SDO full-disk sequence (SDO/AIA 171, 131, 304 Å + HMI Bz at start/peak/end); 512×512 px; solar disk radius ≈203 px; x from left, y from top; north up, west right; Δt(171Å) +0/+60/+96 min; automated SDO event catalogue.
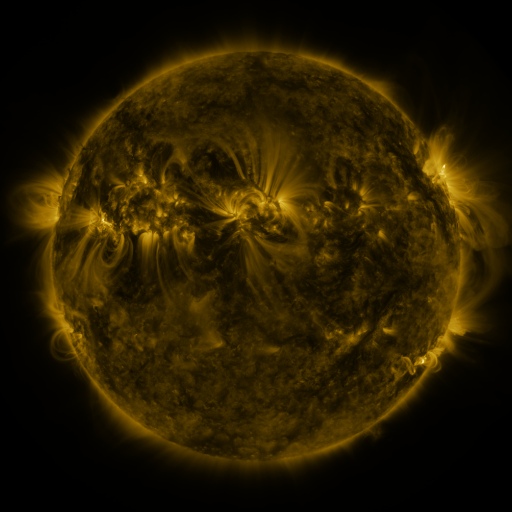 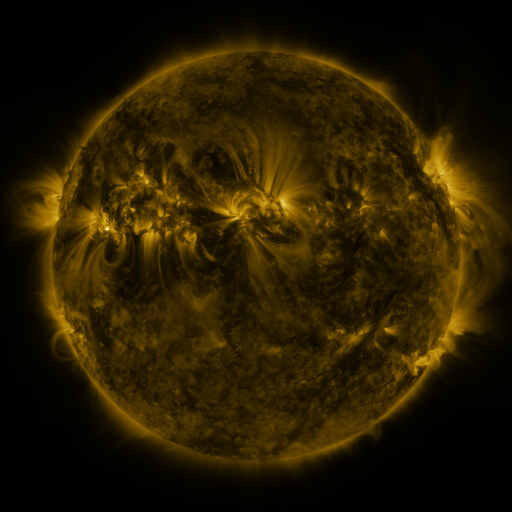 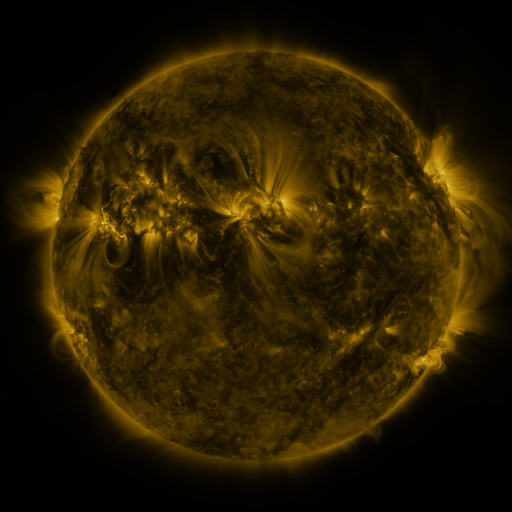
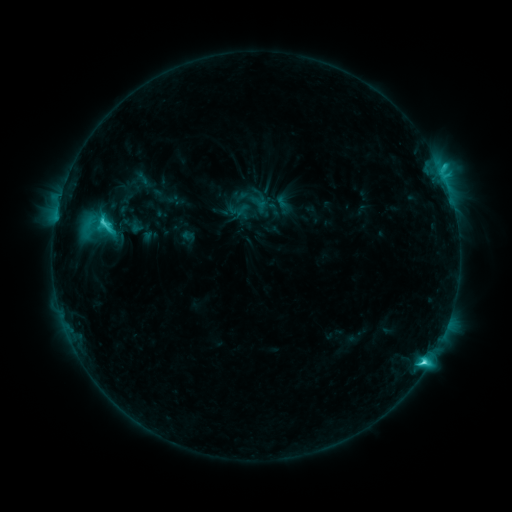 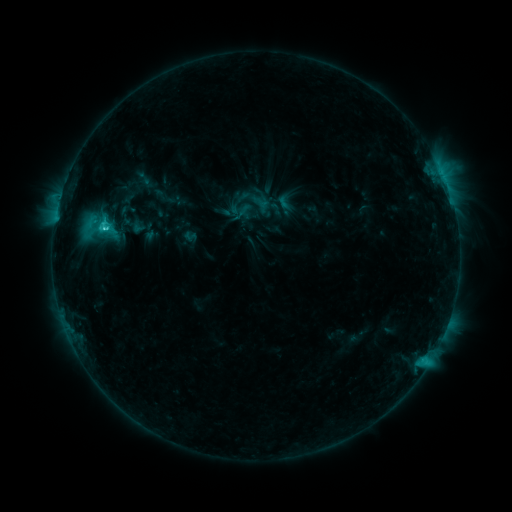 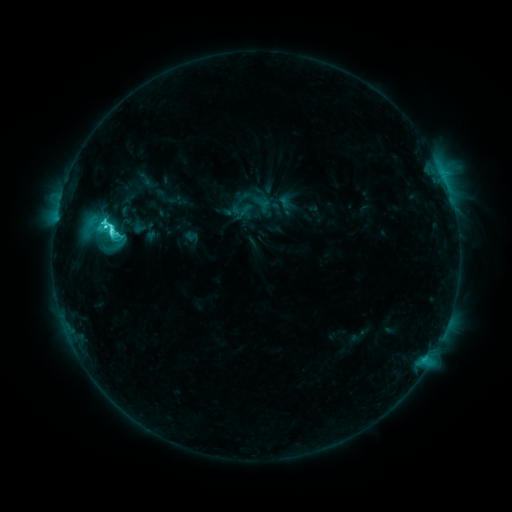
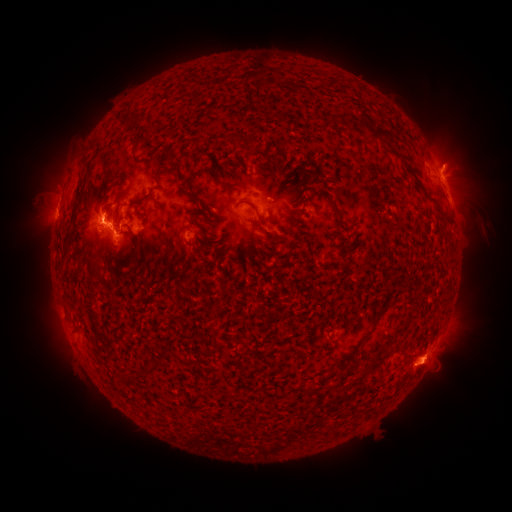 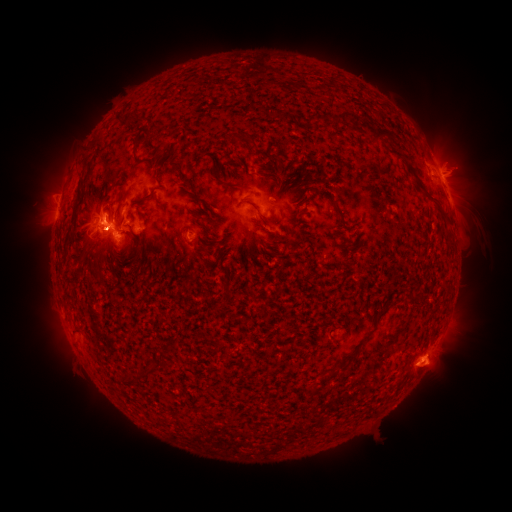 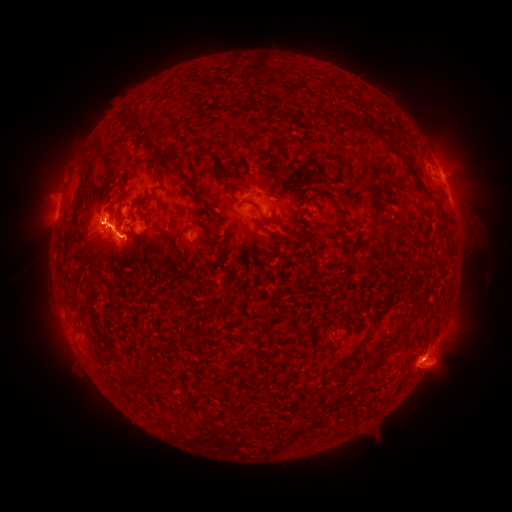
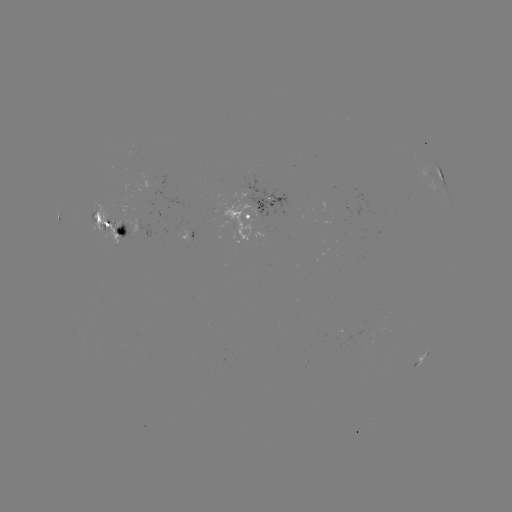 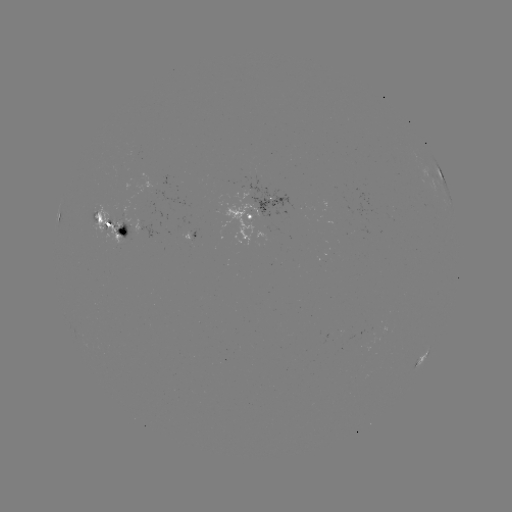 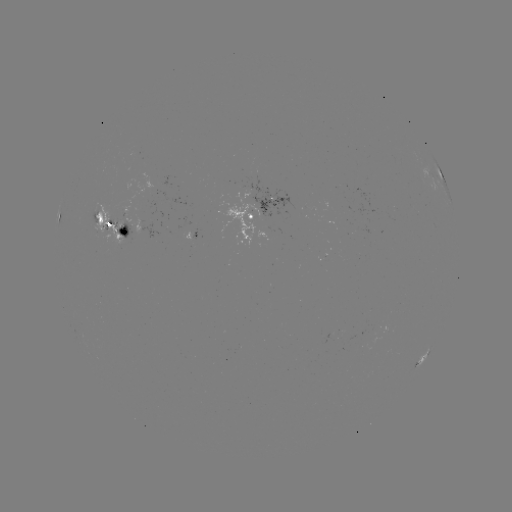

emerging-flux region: (135, 206, 158, 240)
